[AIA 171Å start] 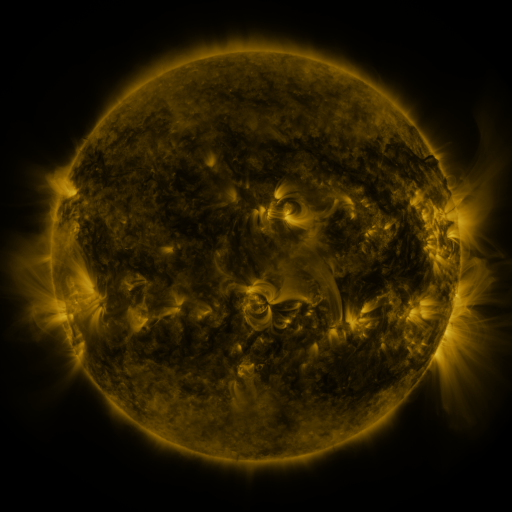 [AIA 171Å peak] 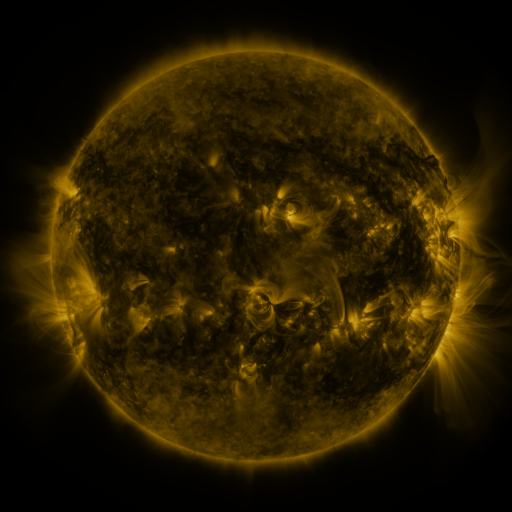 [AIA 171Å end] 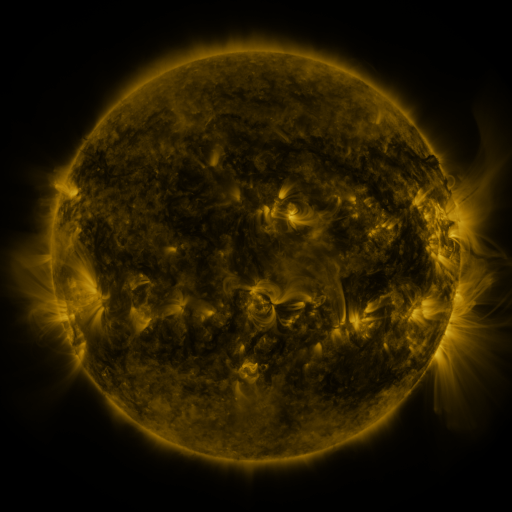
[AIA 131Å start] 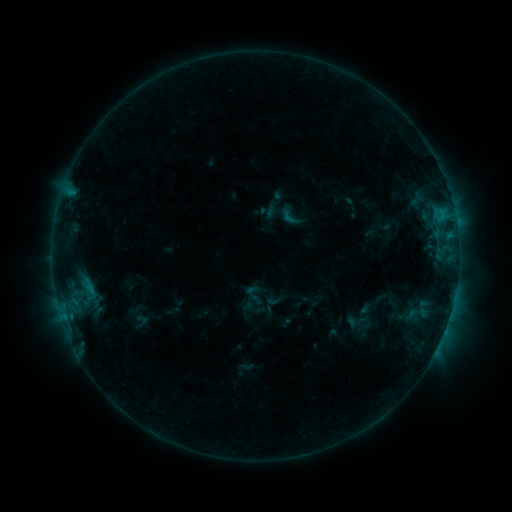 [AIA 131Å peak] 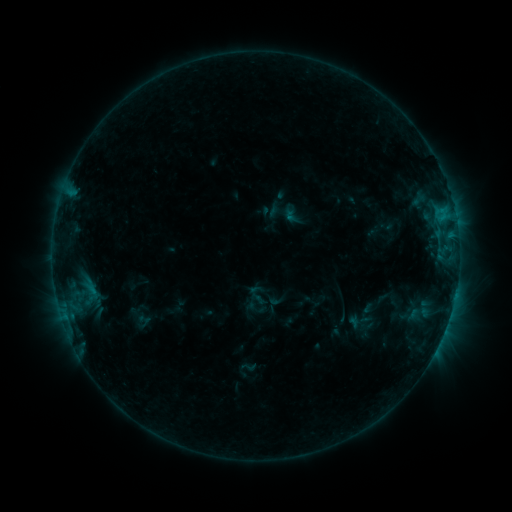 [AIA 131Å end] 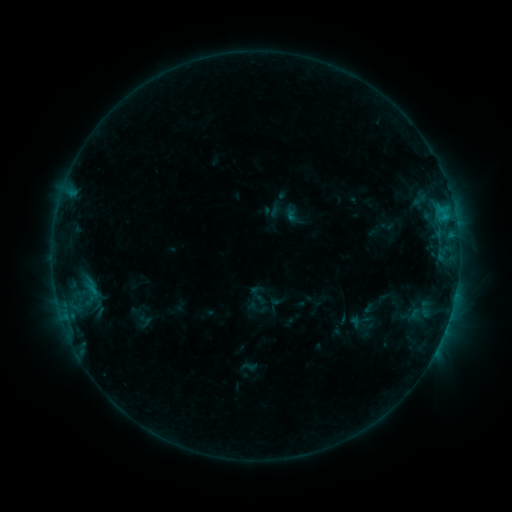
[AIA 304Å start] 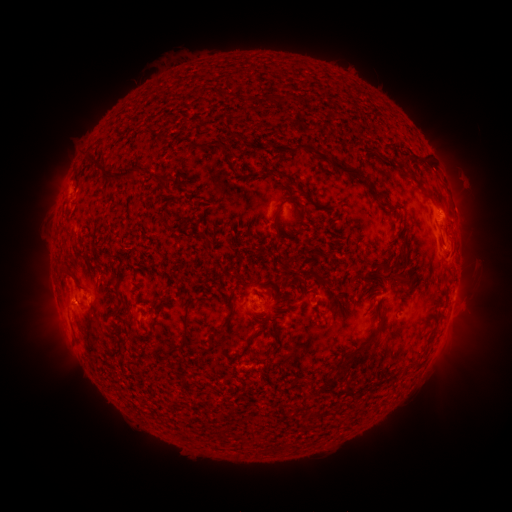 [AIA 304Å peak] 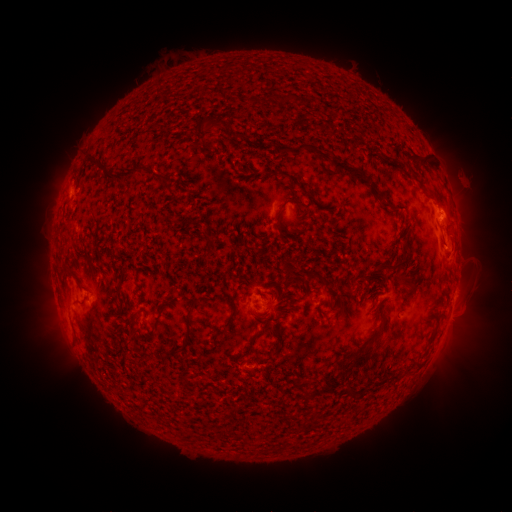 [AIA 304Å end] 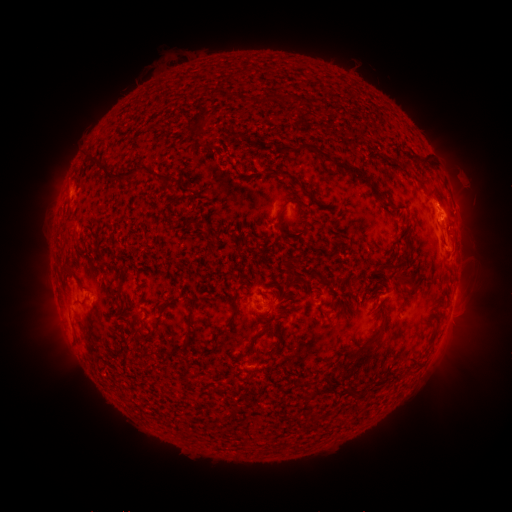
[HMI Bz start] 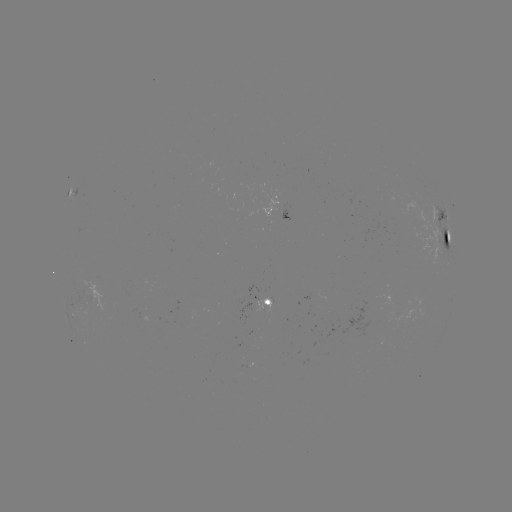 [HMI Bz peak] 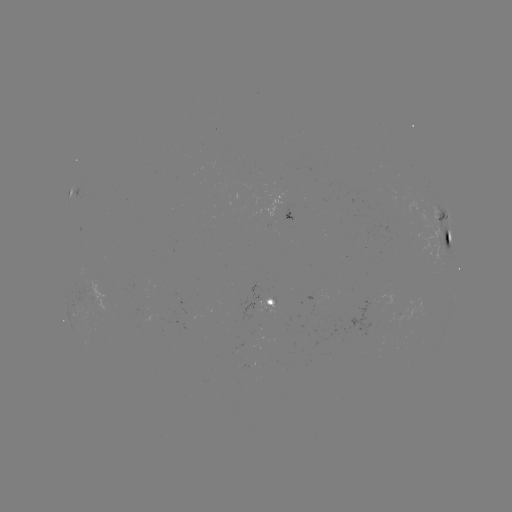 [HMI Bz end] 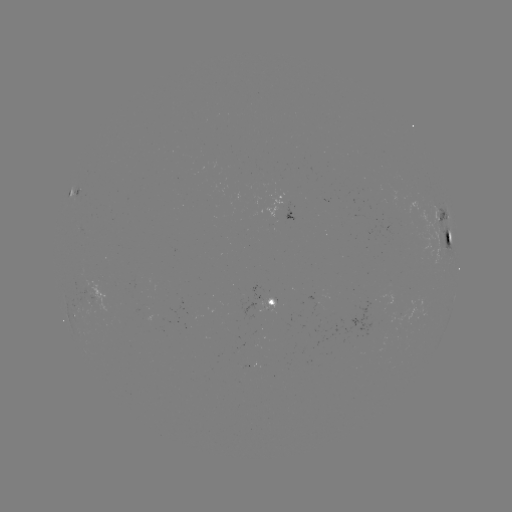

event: emerging-flux region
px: (366, 325)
